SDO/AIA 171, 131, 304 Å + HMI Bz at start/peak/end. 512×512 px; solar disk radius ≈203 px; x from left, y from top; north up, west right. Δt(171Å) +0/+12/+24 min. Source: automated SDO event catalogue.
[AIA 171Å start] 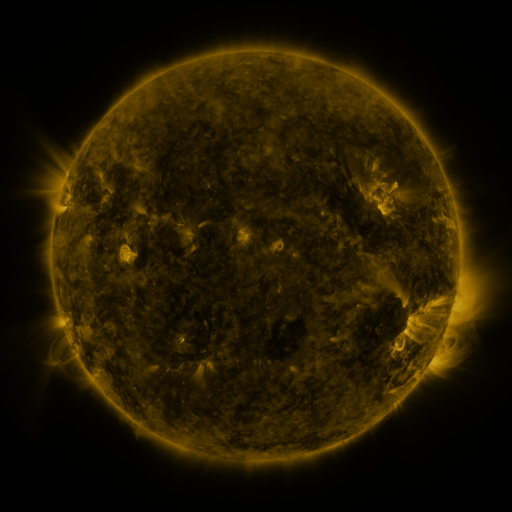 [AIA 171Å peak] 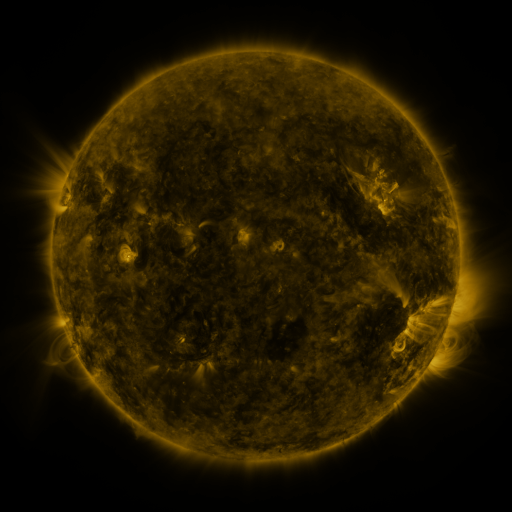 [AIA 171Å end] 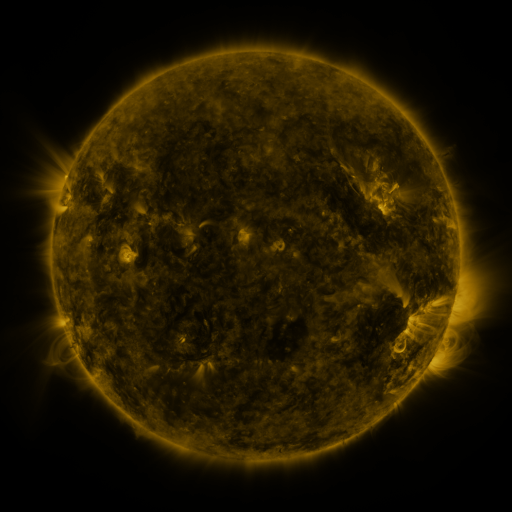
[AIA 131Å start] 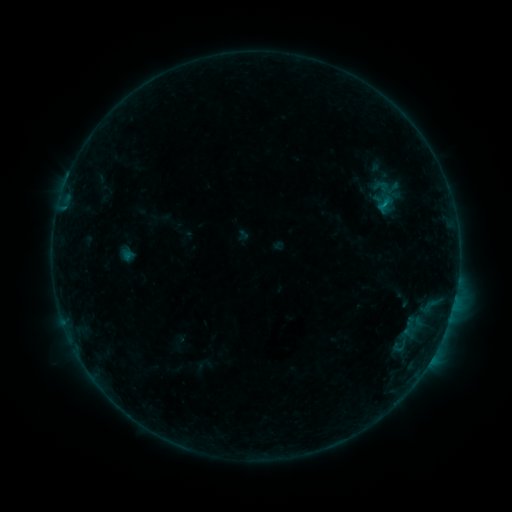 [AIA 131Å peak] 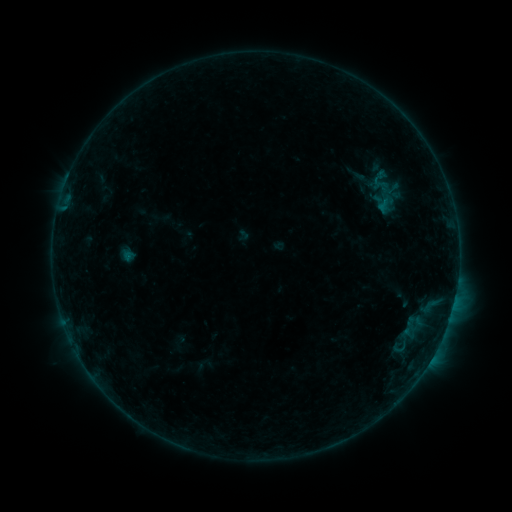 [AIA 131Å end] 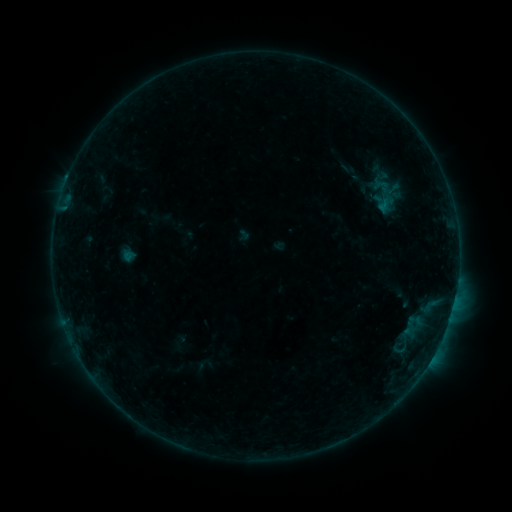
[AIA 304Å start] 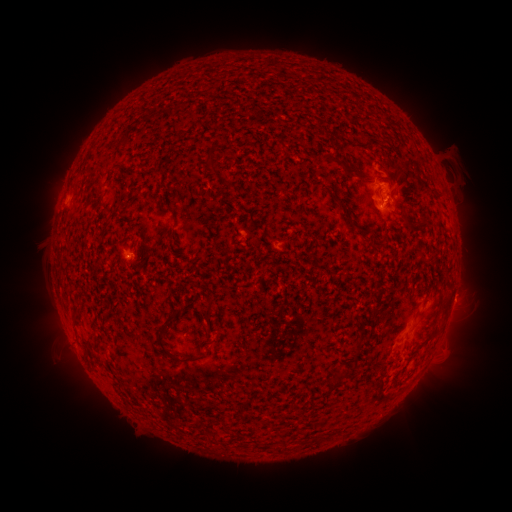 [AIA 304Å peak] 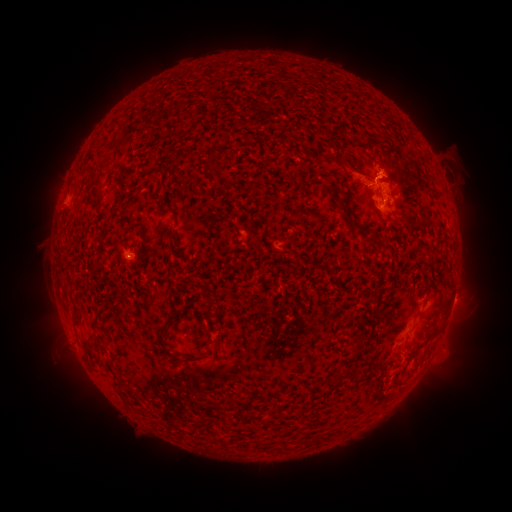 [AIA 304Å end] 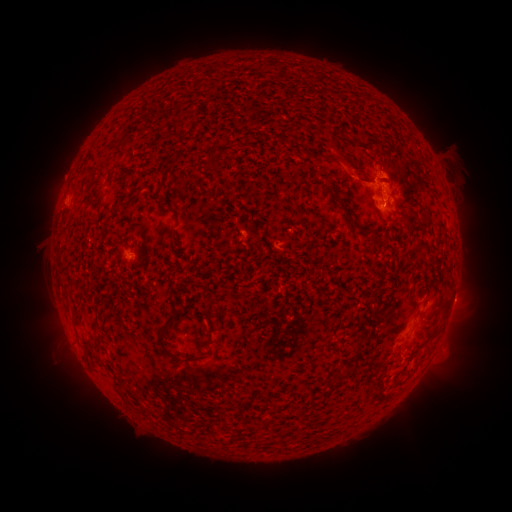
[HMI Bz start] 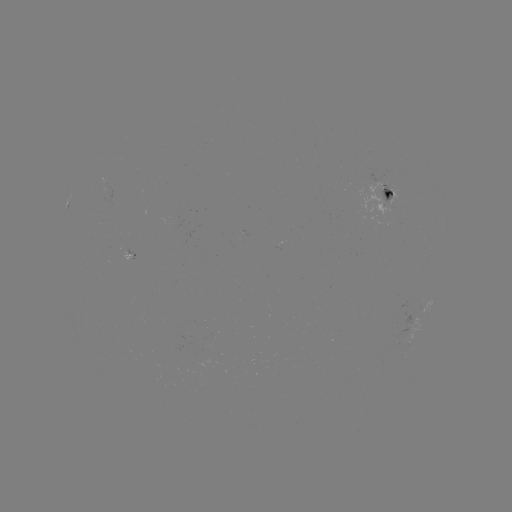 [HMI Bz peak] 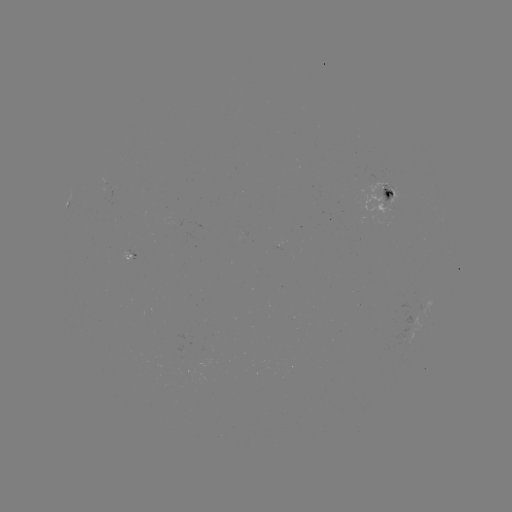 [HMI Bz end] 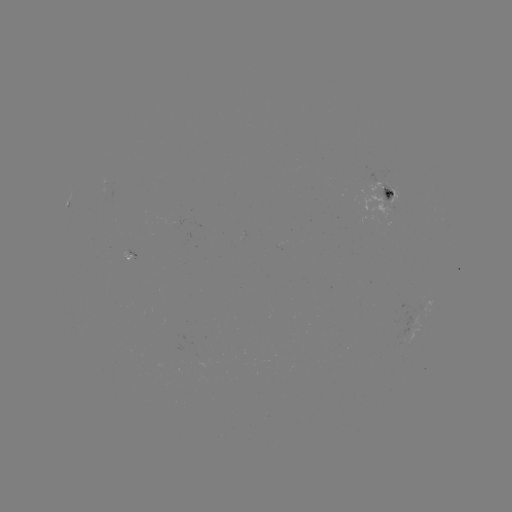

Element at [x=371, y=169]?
eruption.